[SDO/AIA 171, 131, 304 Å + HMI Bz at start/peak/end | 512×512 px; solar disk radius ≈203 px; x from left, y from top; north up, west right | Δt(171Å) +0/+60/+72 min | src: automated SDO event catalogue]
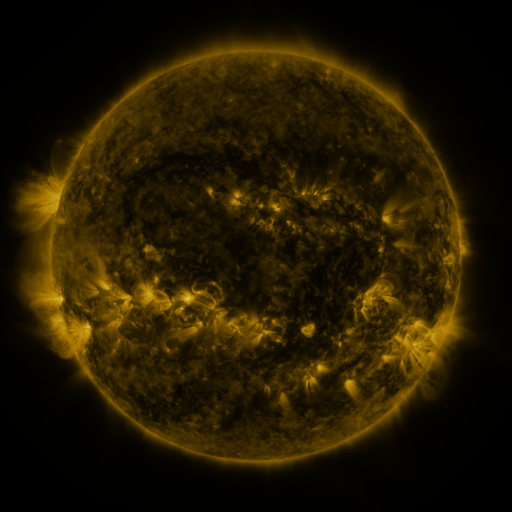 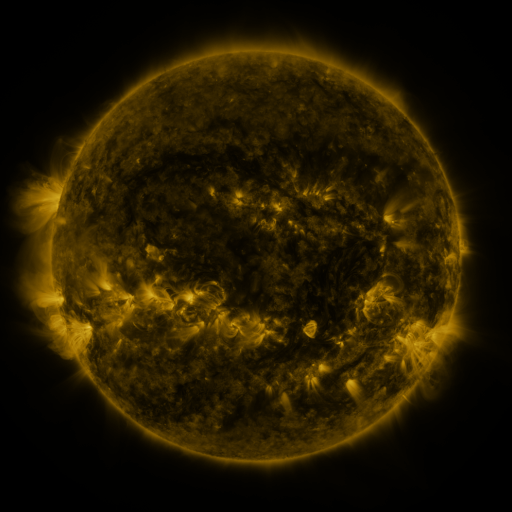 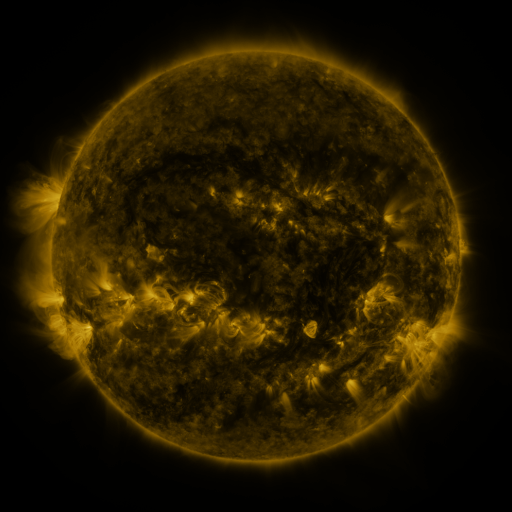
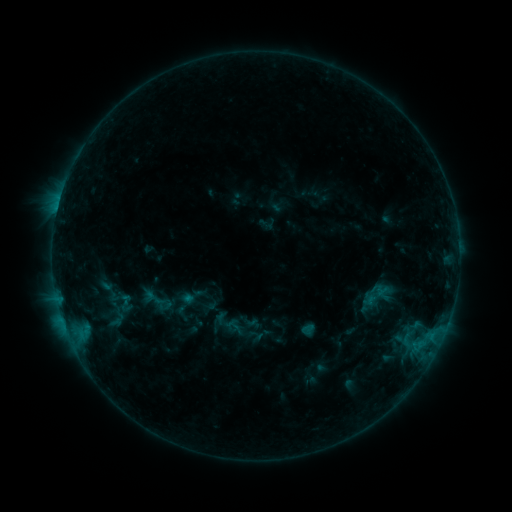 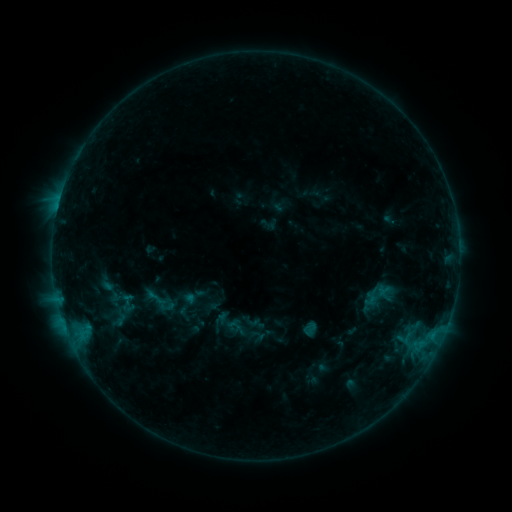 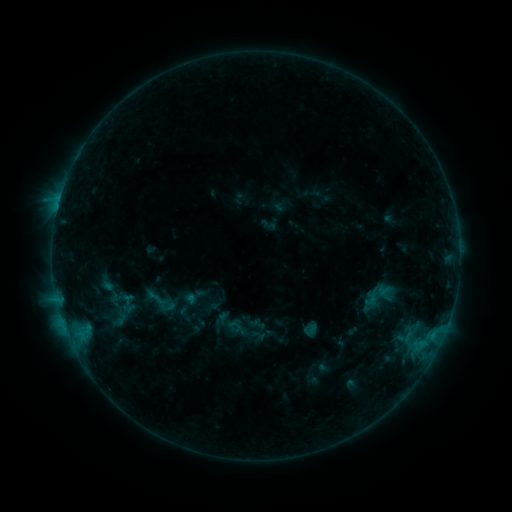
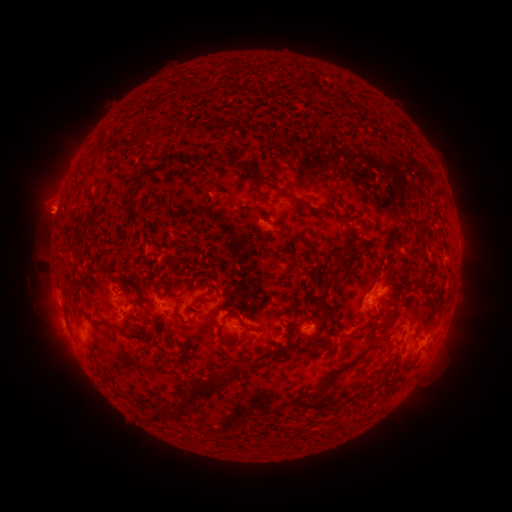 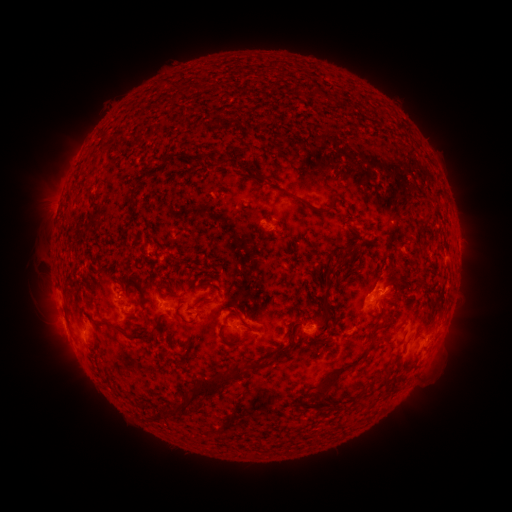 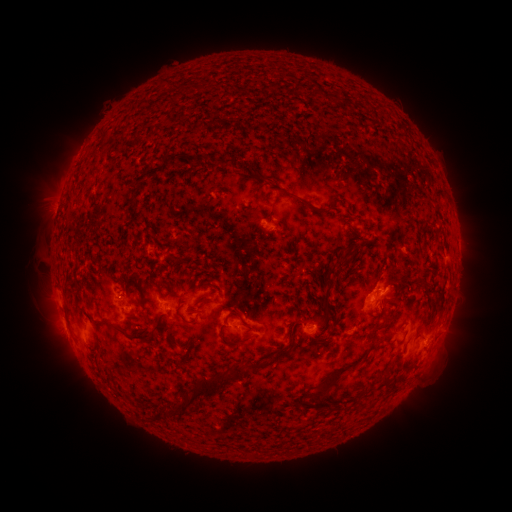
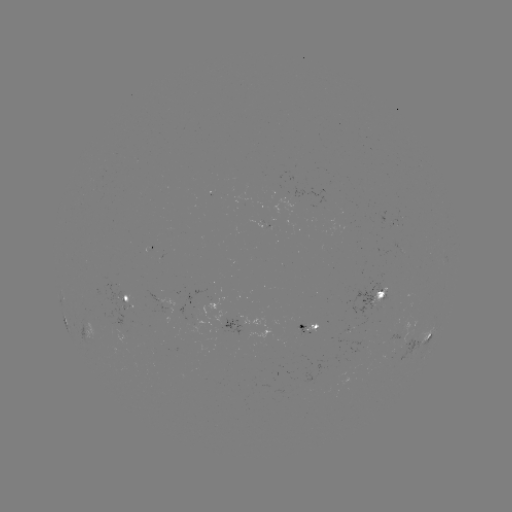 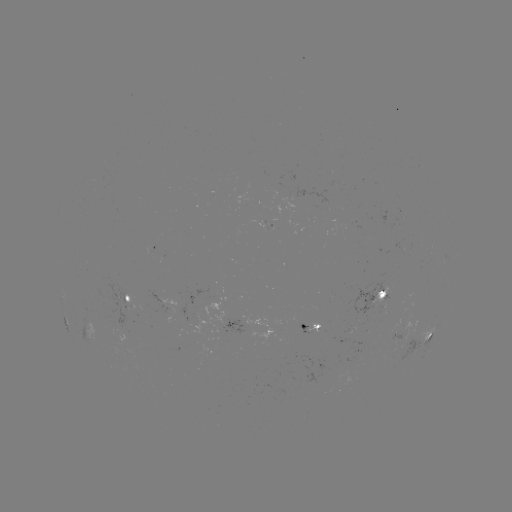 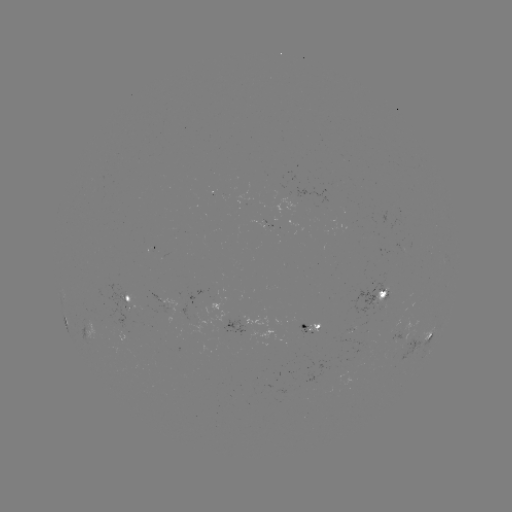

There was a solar emerging-flux region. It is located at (113, 326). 